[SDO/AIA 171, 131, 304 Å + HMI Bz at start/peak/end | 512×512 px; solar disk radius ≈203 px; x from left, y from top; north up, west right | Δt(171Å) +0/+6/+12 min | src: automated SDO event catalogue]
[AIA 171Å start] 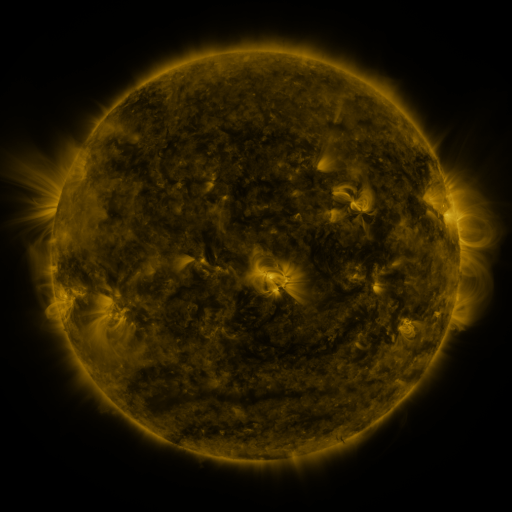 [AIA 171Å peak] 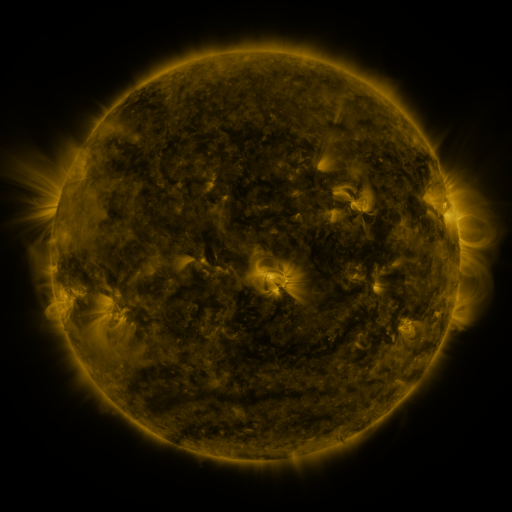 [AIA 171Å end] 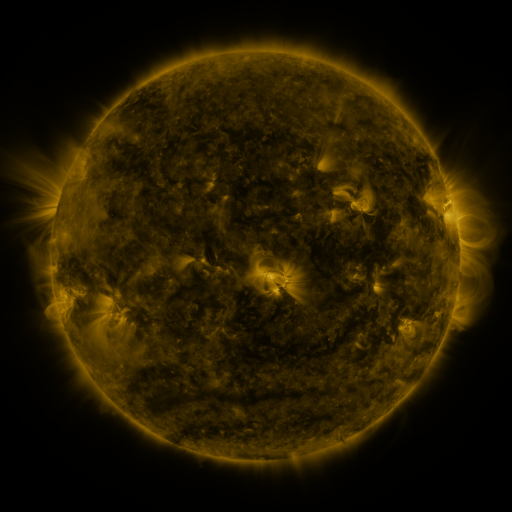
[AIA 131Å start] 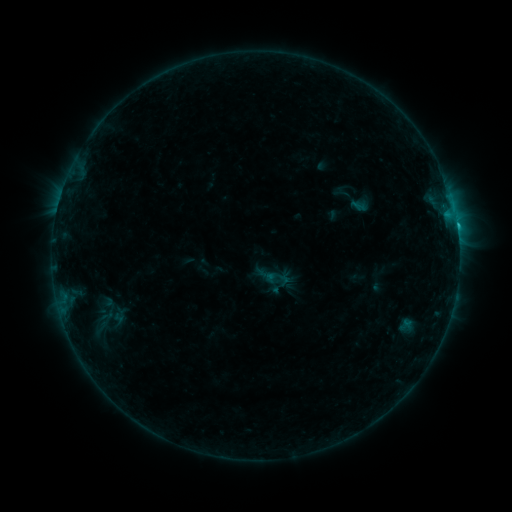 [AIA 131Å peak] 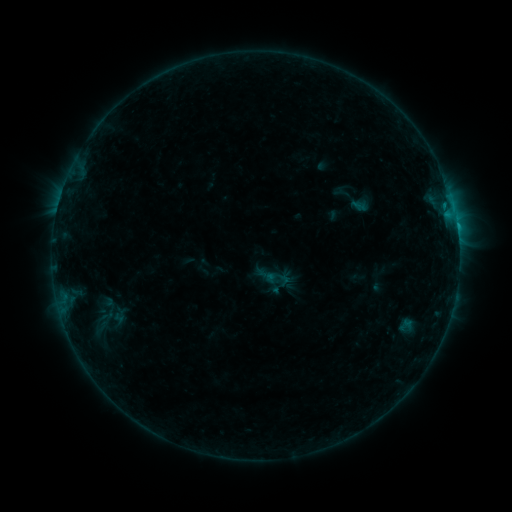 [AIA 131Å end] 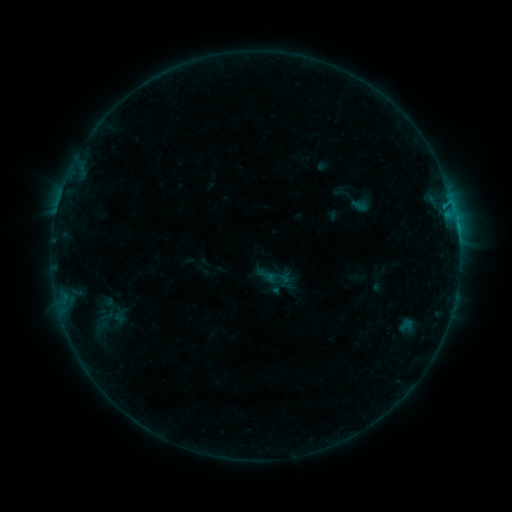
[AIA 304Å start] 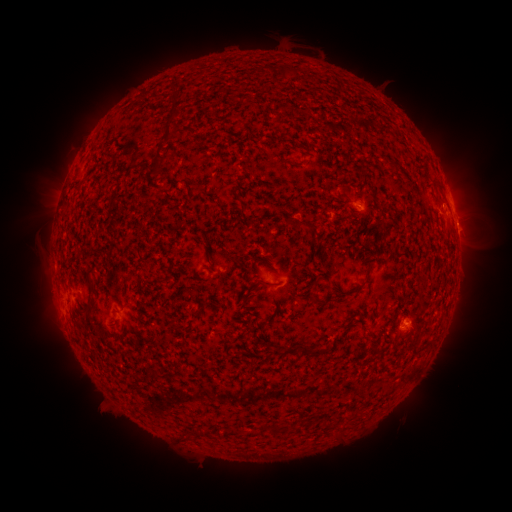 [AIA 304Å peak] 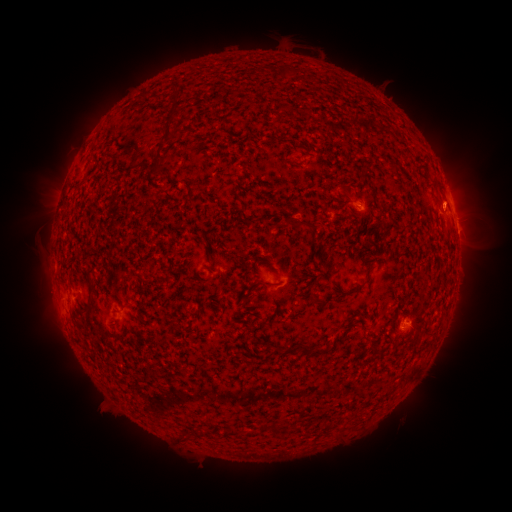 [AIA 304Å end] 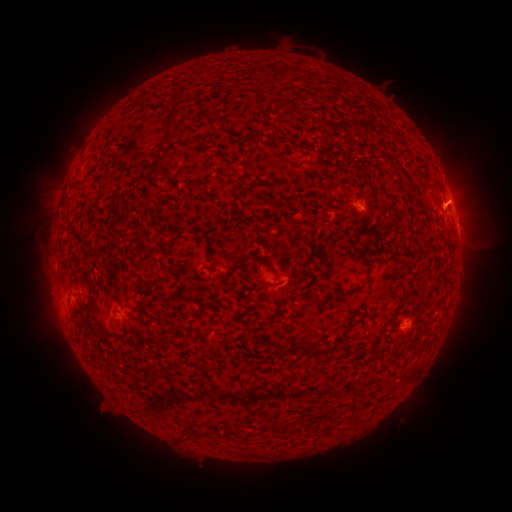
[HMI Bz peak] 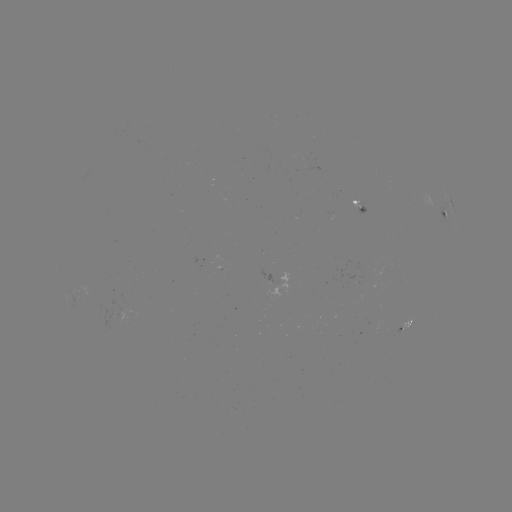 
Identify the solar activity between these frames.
eruption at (462, 203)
